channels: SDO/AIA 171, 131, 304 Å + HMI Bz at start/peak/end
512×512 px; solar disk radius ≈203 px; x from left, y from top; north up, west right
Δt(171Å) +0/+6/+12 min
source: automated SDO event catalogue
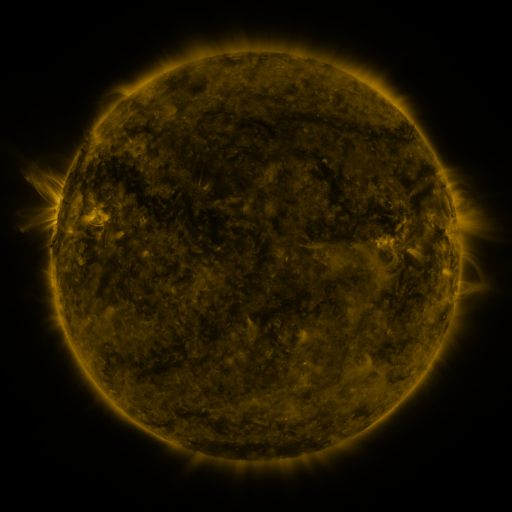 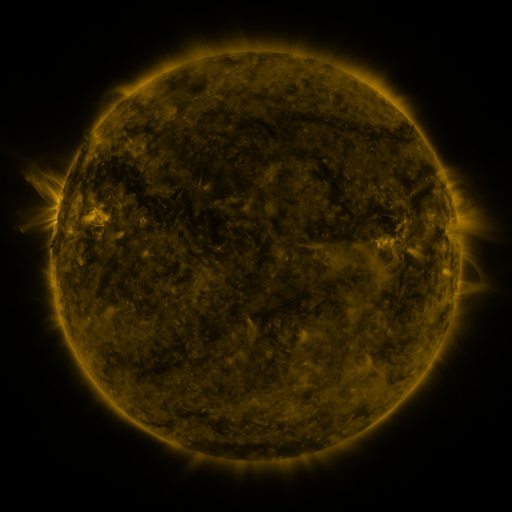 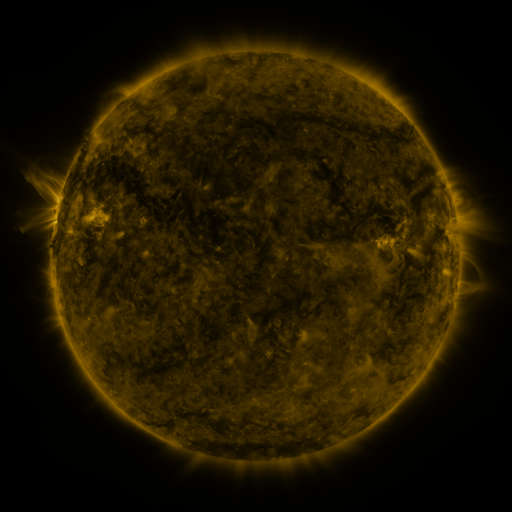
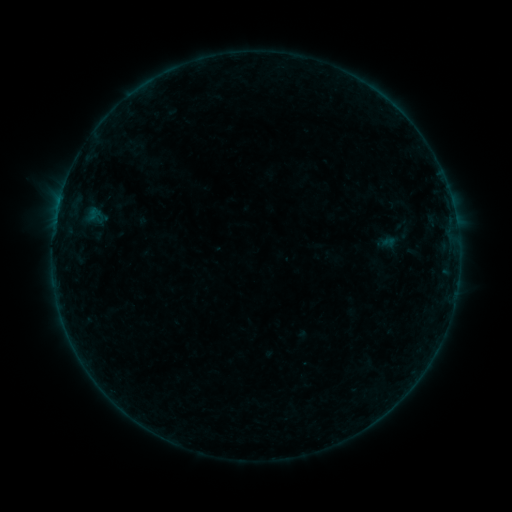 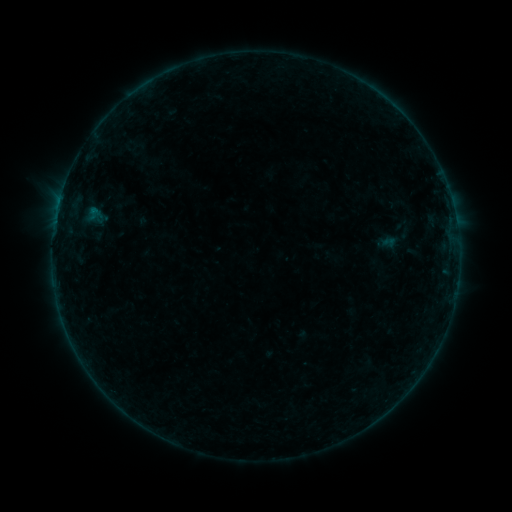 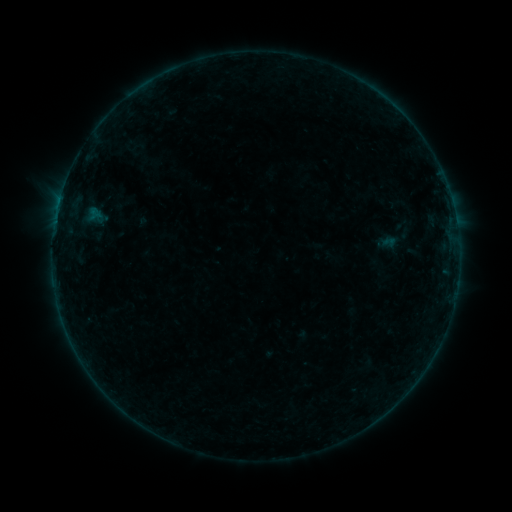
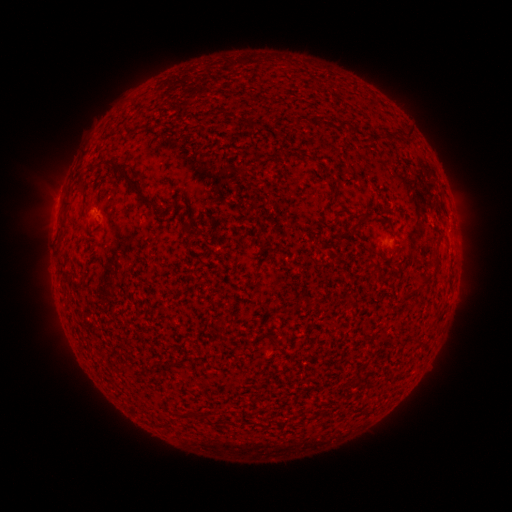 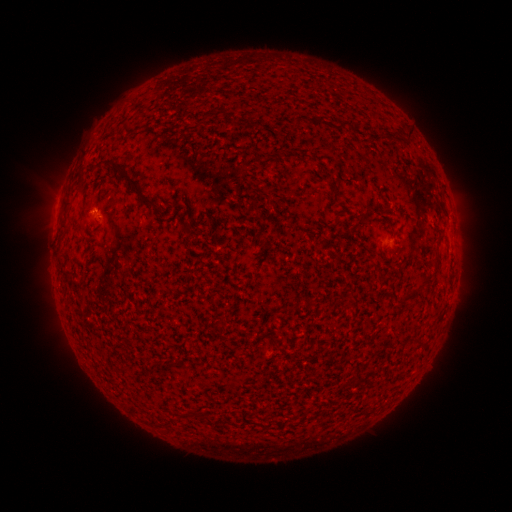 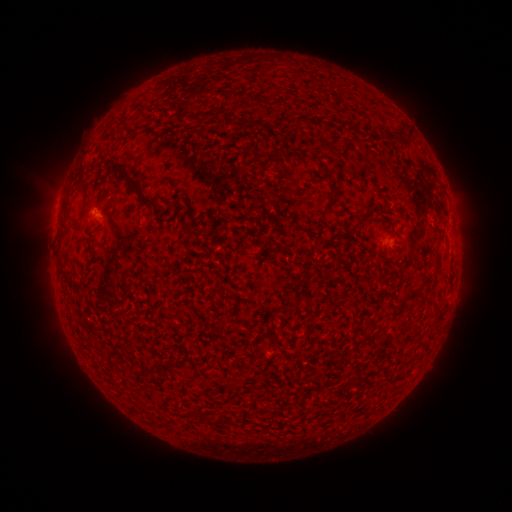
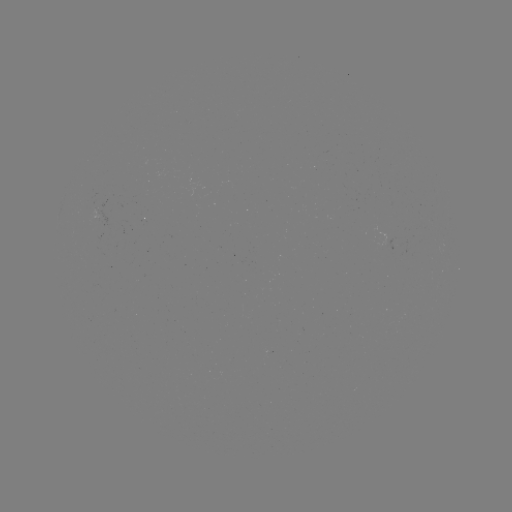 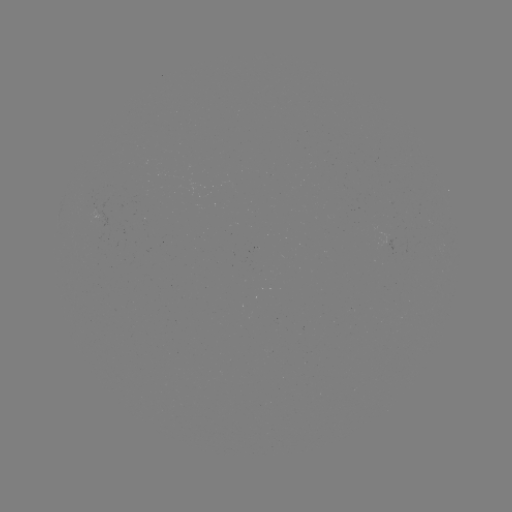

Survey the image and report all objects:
B1.3 flare: (94, 211)
